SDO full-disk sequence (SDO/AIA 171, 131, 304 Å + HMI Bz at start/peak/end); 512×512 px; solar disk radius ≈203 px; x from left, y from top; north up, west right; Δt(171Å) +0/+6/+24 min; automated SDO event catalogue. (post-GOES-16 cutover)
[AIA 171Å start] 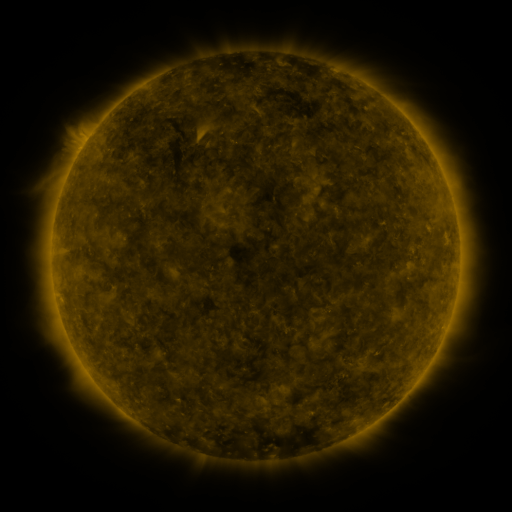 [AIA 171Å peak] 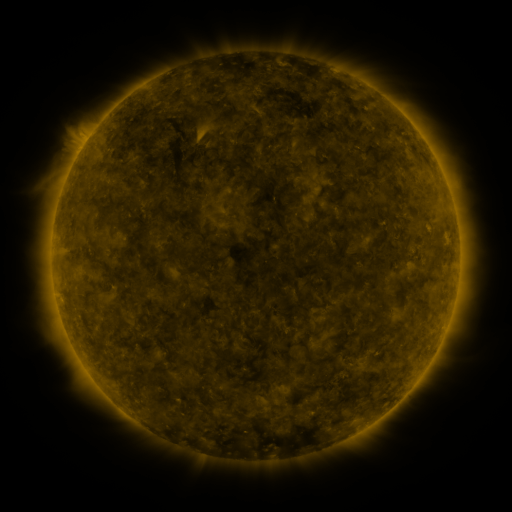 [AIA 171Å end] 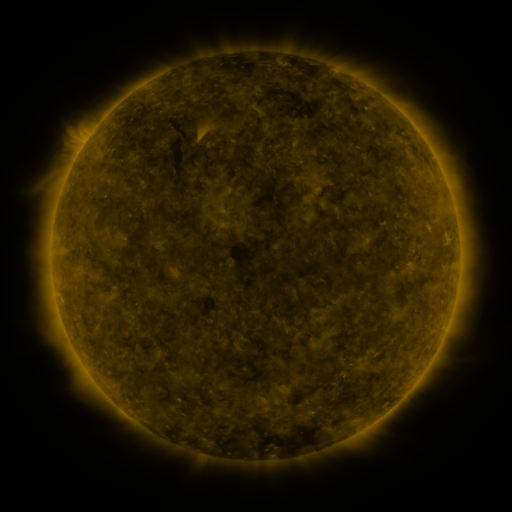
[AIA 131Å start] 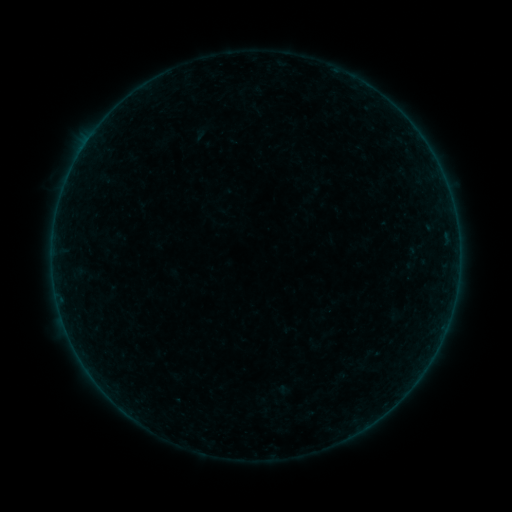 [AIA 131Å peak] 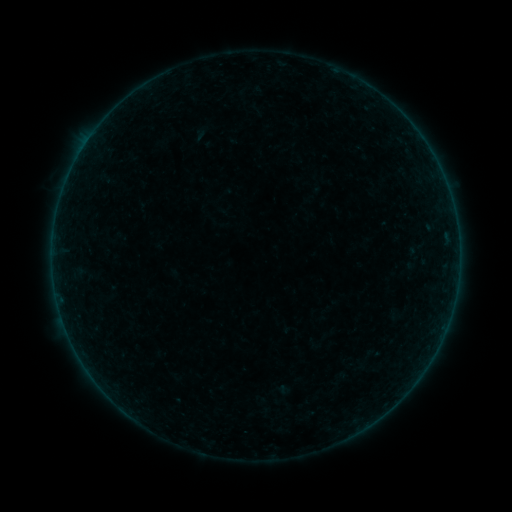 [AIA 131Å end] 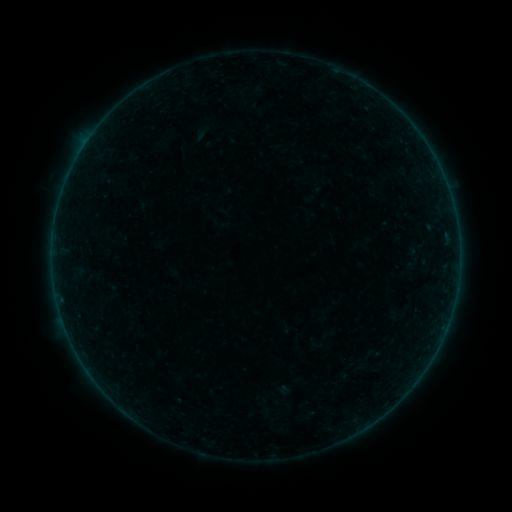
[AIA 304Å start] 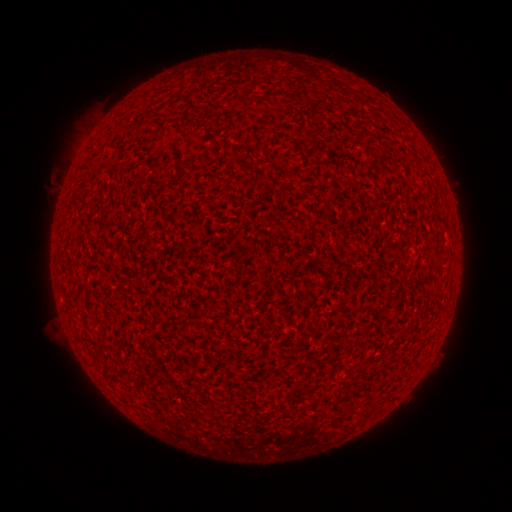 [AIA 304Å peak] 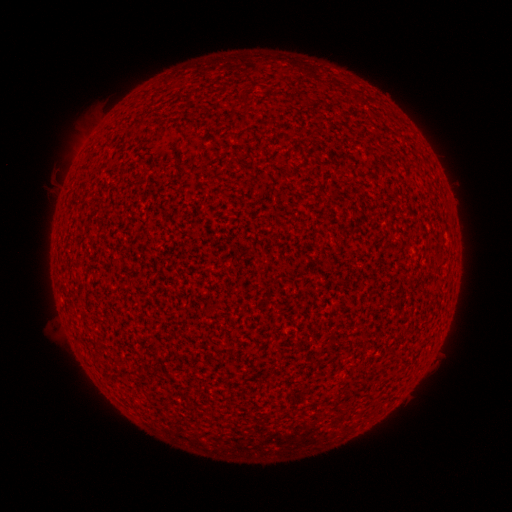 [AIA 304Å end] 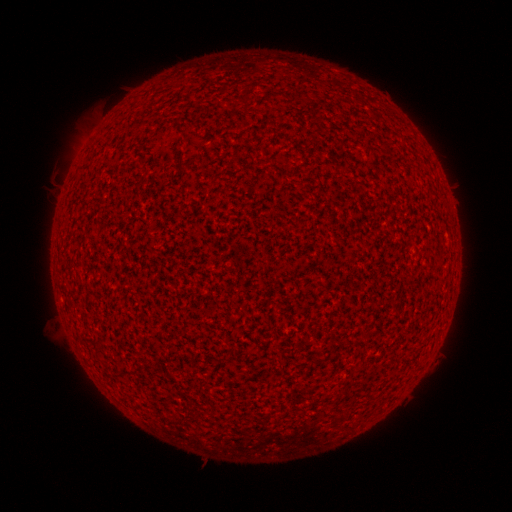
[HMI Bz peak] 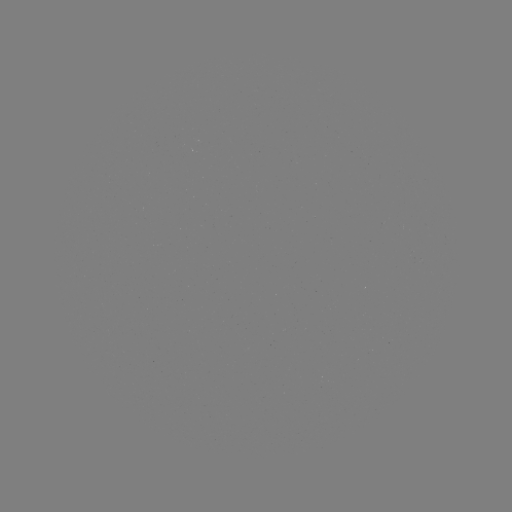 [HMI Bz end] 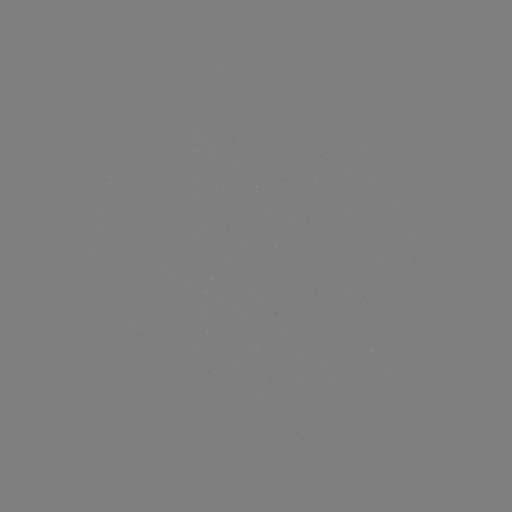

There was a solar flare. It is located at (89, 139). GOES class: A9.3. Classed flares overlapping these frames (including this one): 1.